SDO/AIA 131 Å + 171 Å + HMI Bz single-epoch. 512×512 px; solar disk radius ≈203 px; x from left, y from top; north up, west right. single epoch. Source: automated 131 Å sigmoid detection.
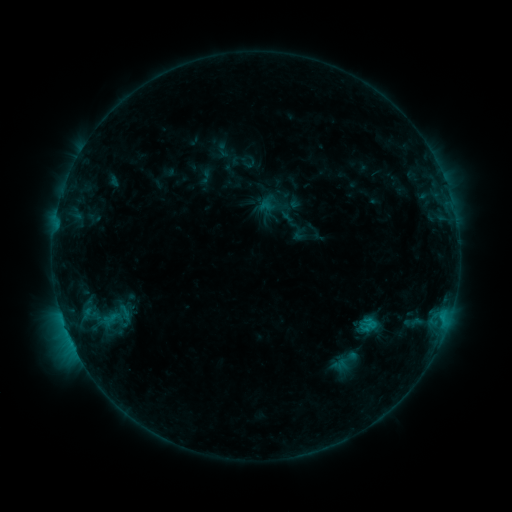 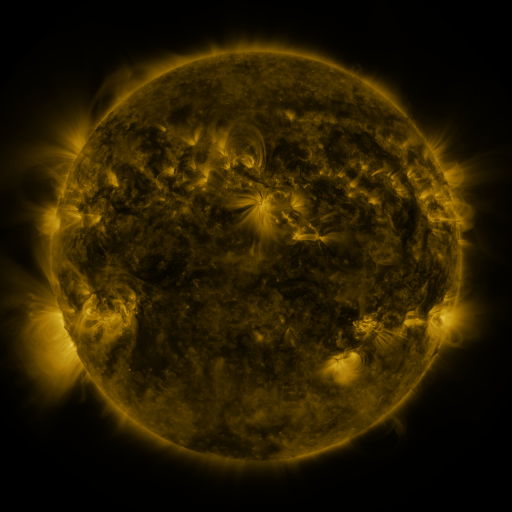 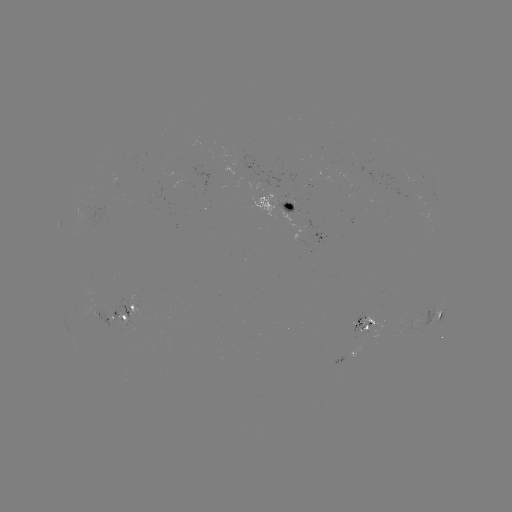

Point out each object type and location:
sigmoid: (113, 316)
